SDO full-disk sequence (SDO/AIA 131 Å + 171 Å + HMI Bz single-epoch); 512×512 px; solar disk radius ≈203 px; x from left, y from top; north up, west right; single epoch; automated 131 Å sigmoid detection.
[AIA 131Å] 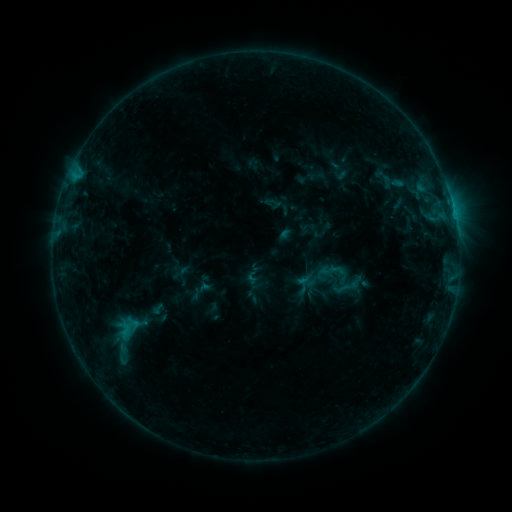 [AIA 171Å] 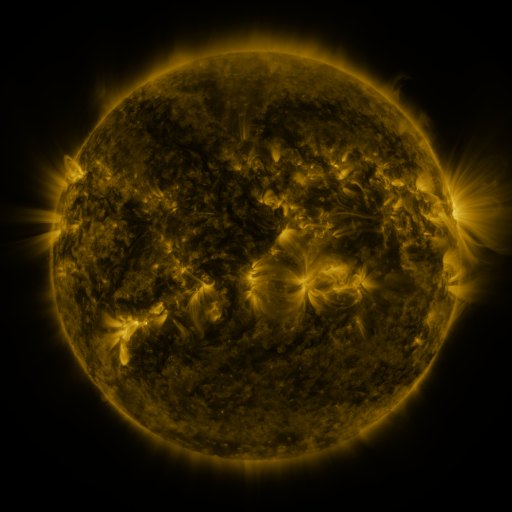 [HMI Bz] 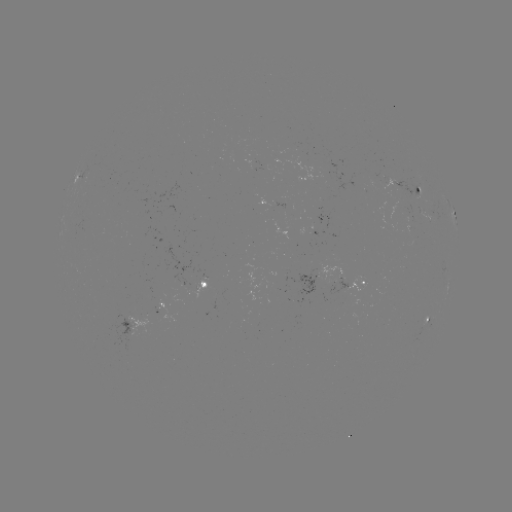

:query sigmoid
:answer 393,182